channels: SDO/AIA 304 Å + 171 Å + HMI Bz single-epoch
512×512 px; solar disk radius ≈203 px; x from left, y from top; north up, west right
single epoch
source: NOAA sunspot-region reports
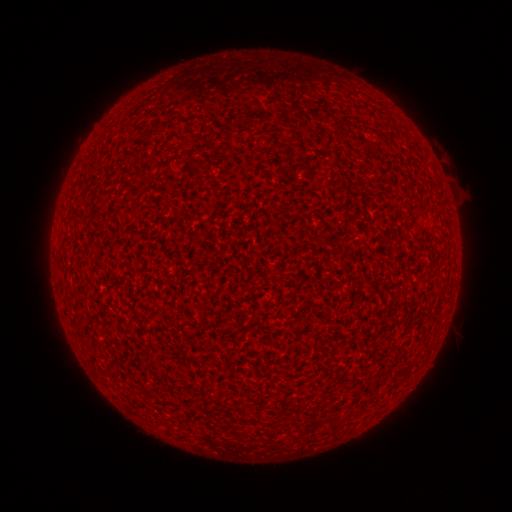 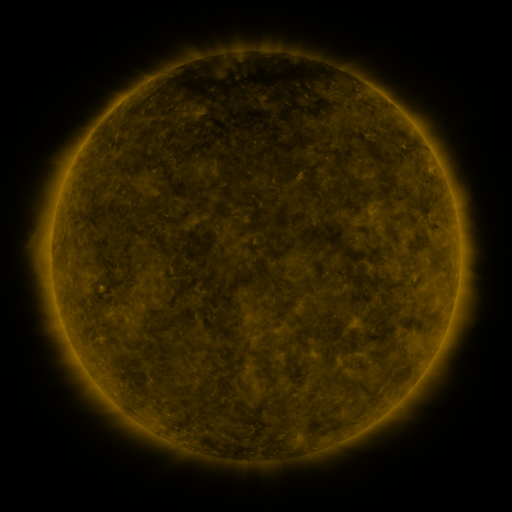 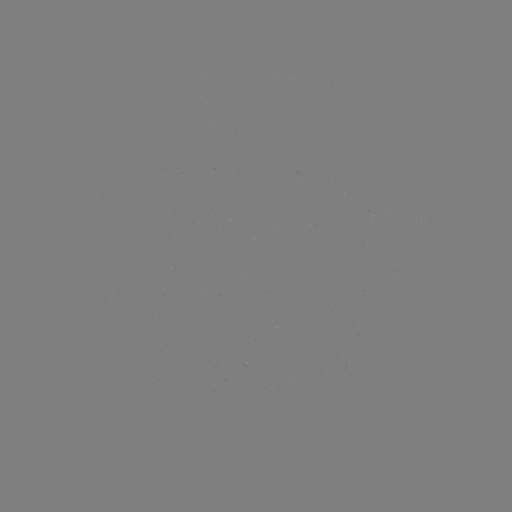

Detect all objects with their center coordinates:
(none)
